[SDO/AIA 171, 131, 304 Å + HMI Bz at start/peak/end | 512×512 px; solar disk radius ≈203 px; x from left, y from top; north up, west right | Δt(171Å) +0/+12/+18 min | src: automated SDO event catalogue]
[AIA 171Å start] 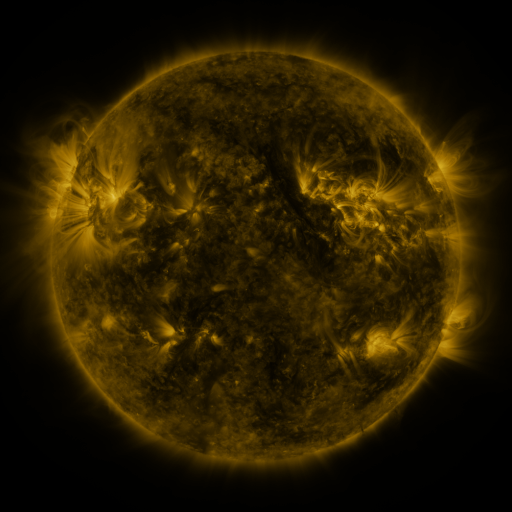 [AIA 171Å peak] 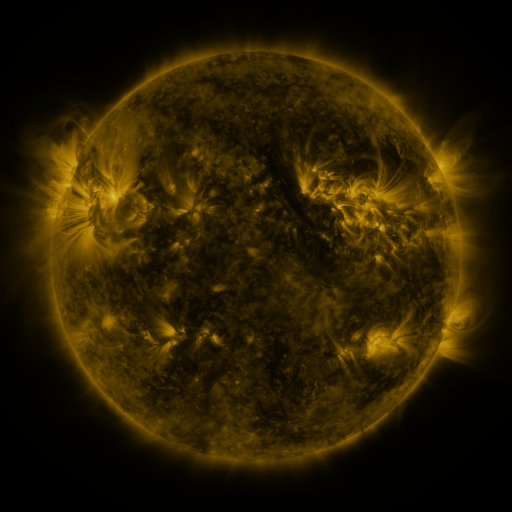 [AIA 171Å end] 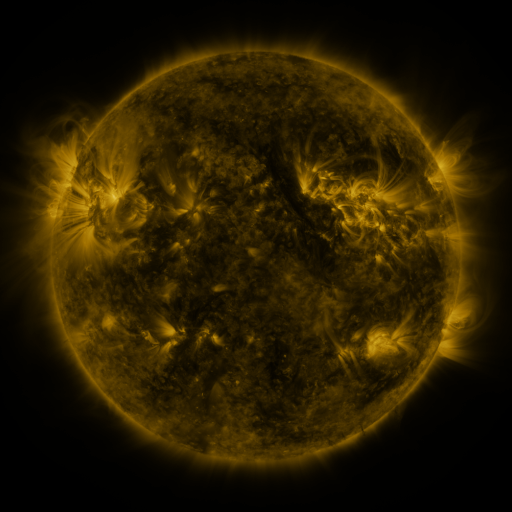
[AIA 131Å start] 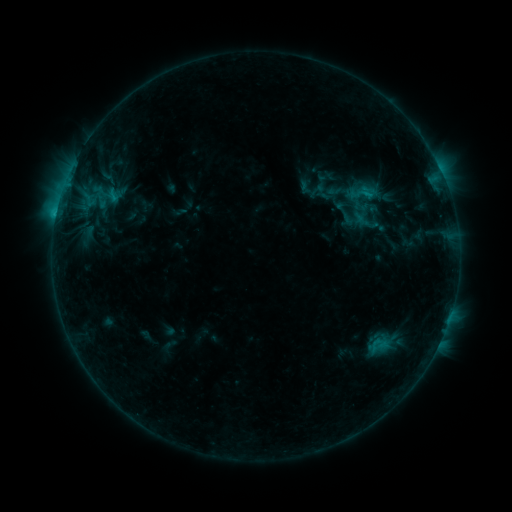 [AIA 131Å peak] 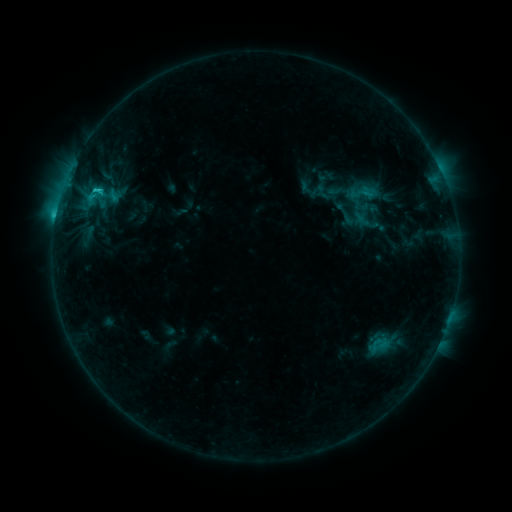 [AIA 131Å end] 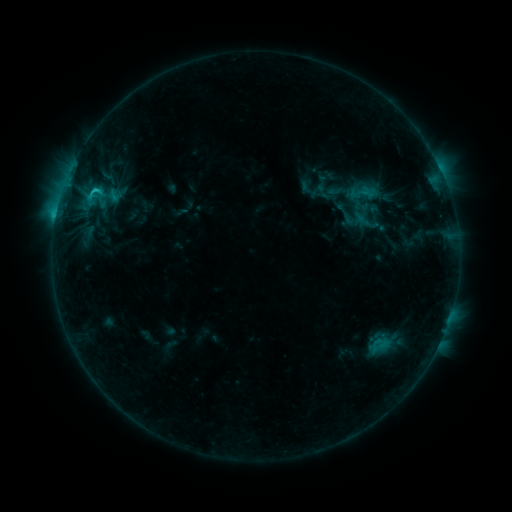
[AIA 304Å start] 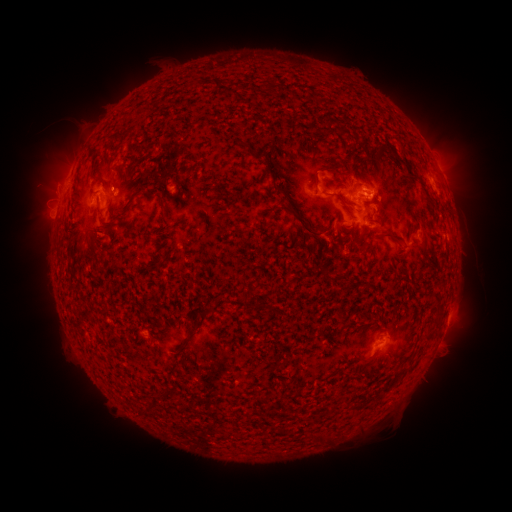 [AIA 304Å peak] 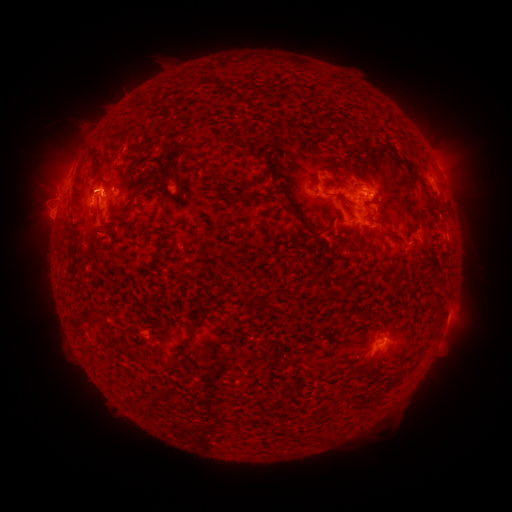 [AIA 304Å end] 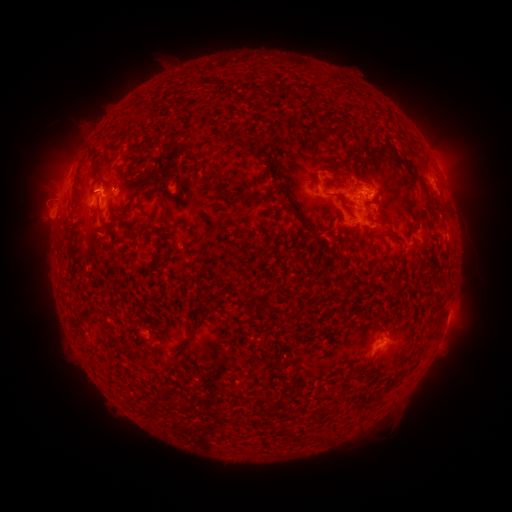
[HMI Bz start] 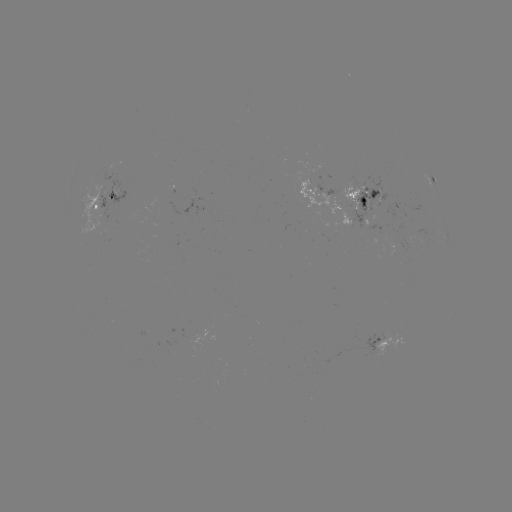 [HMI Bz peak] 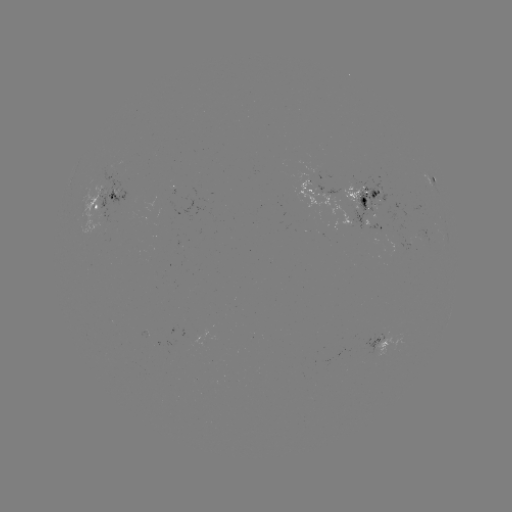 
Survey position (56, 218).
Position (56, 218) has C2.7 flare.